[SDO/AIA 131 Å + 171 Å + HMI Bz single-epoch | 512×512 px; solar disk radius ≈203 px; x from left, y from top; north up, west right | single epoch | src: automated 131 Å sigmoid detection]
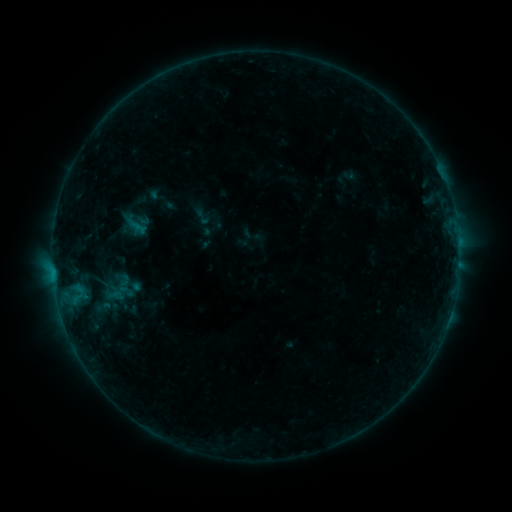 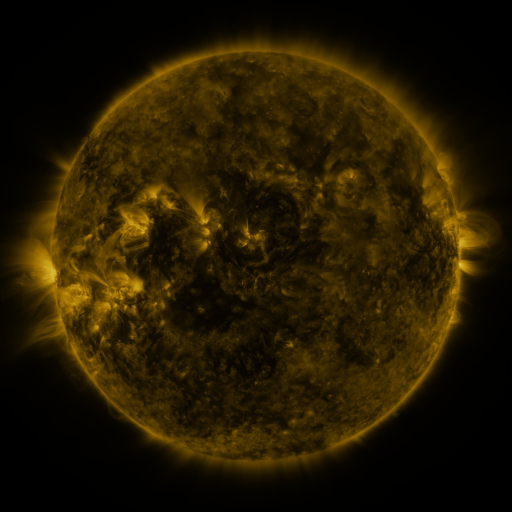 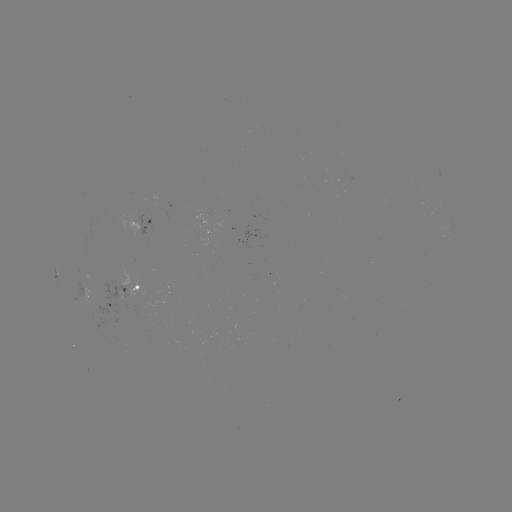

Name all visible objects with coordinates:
sigmoid: [193, 208, 211, 226]
